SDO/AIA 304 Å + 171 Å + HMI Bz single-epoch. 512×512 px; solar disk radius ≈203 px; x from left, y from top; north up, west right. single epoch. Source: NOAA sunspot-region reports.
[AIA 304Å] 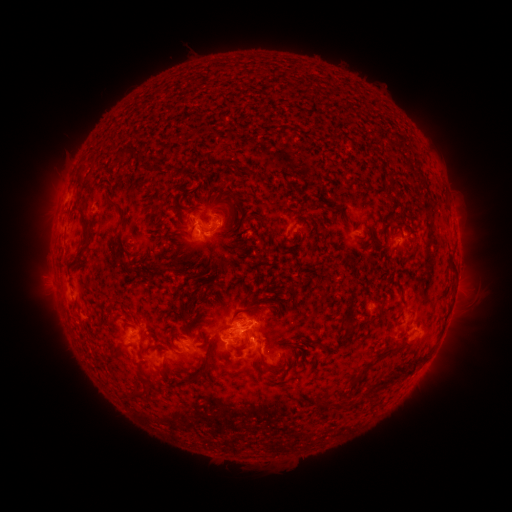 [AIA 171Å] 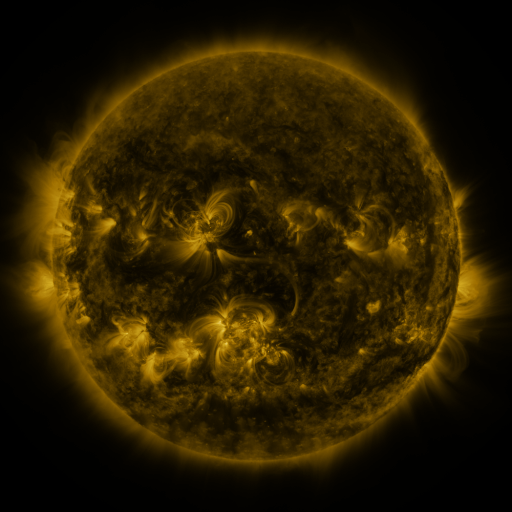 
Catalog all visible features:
spotted active region: (208, 227)
spotted active region: (405, 241)
spotted active region: (408, 317)
spotted active region: (245, 329)
spotted active region: (138, 334)
spotted active region: (184, 350)
spotted active region: (282, 352)
